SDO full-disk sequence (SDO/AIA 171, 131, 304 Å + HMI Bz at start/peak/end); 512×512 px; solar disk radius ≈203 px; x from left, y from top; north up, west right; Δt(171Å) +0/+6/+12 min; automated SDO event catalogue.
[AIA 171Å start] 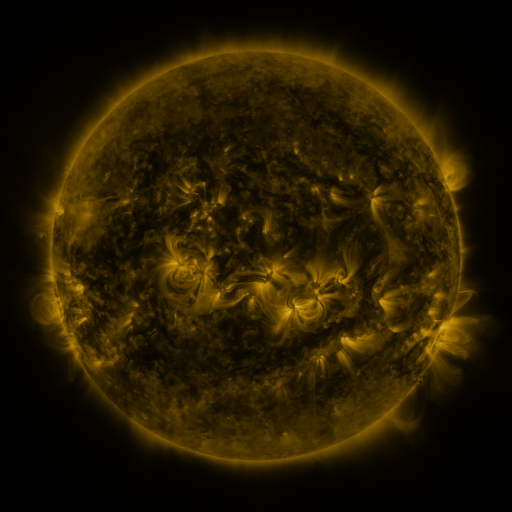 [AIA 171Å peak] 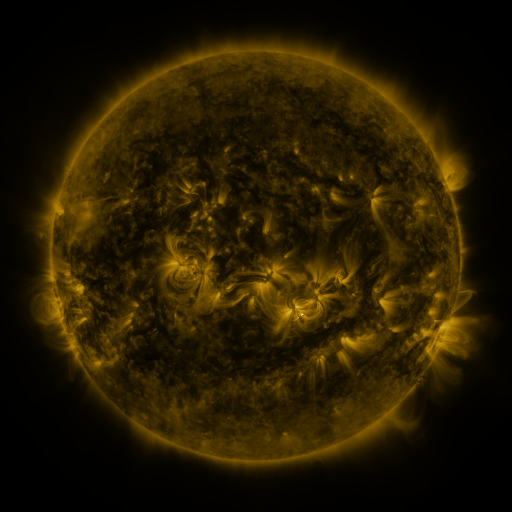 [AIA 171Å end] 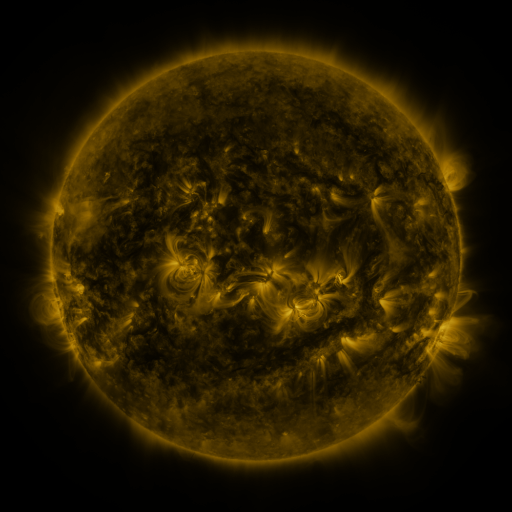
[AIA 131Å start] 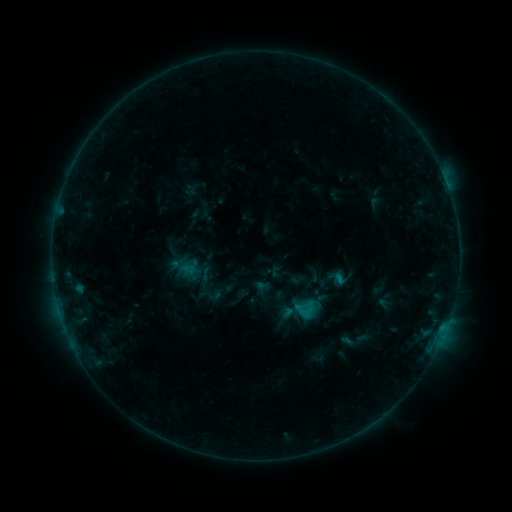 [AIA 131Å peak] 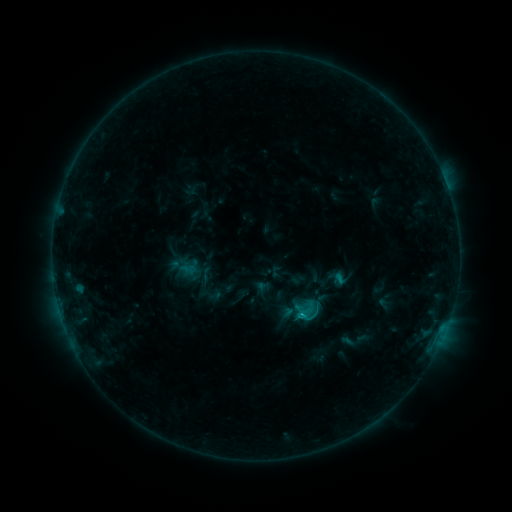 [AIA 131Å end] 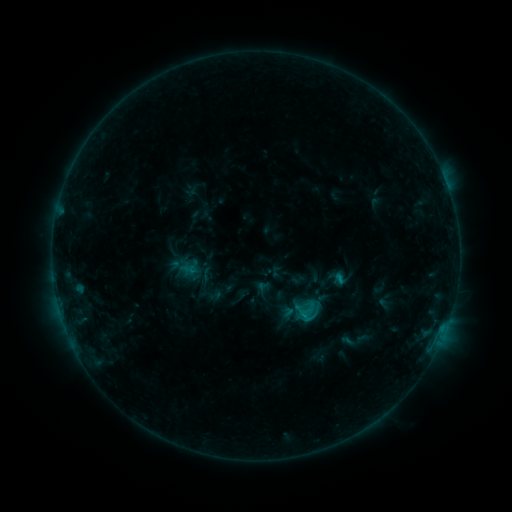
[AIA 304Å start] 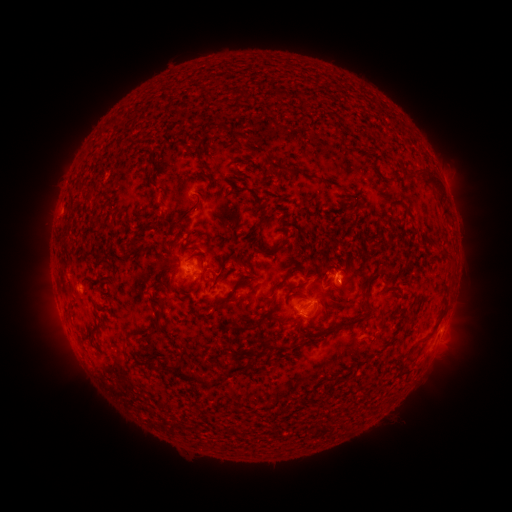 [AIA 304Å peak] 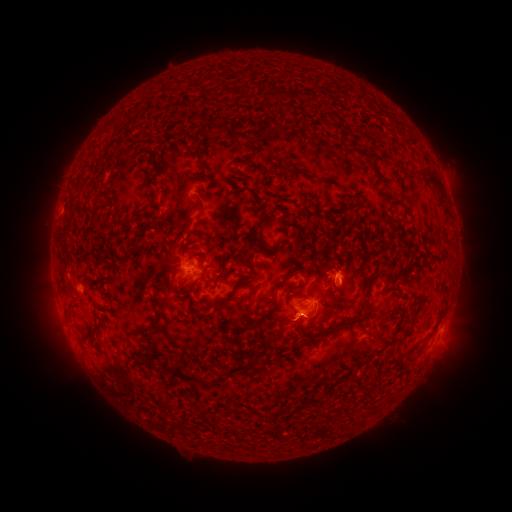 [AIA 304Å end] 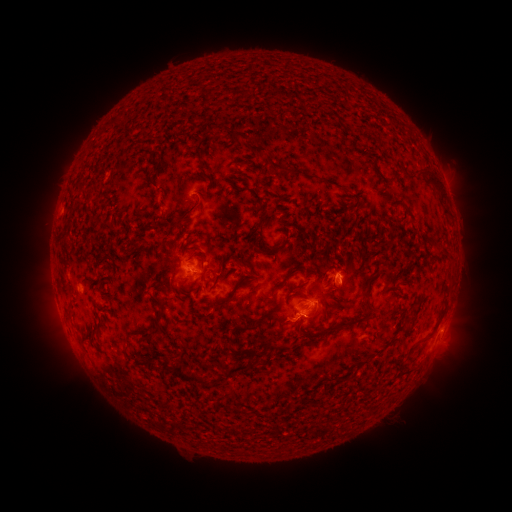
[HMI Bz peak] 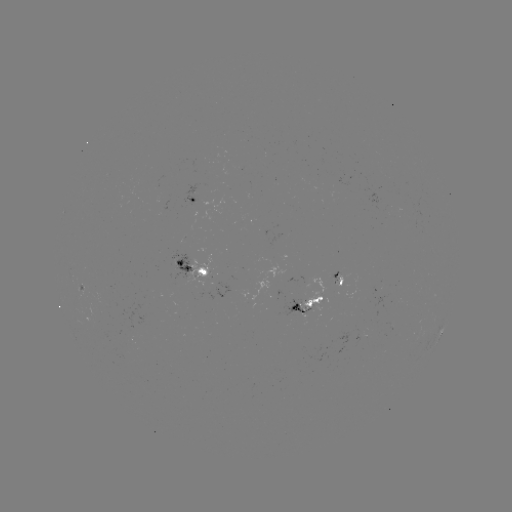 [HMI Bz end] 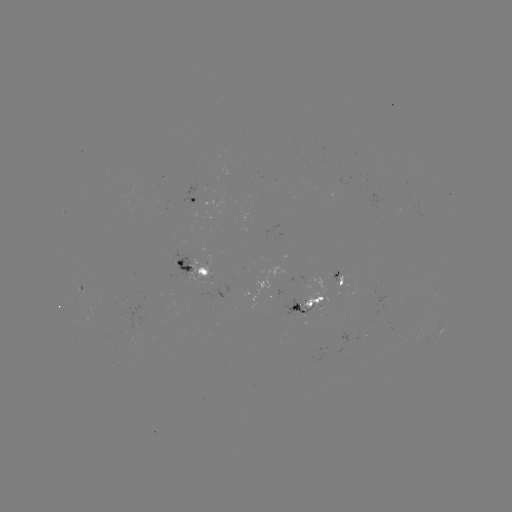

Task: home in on B9.4 flare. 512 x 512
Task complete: [299, 312].